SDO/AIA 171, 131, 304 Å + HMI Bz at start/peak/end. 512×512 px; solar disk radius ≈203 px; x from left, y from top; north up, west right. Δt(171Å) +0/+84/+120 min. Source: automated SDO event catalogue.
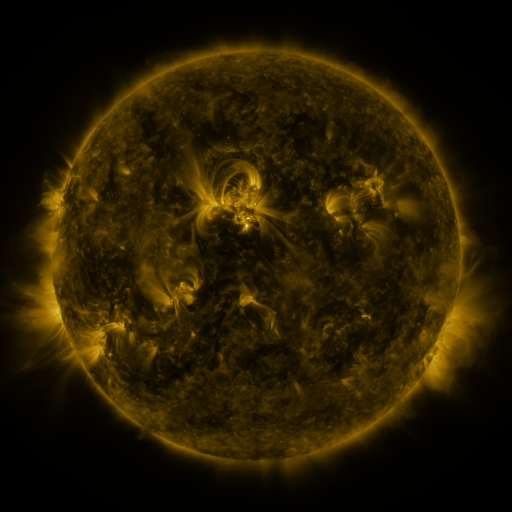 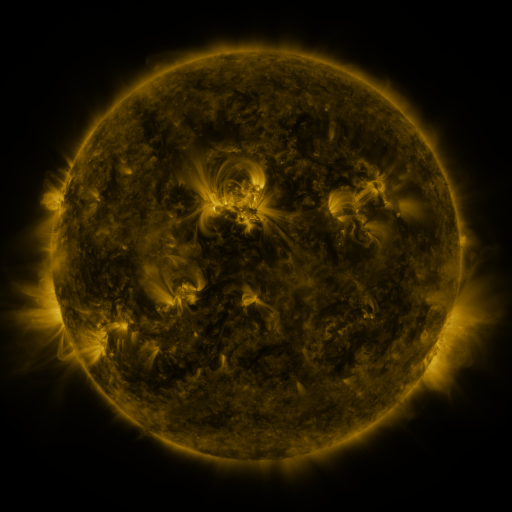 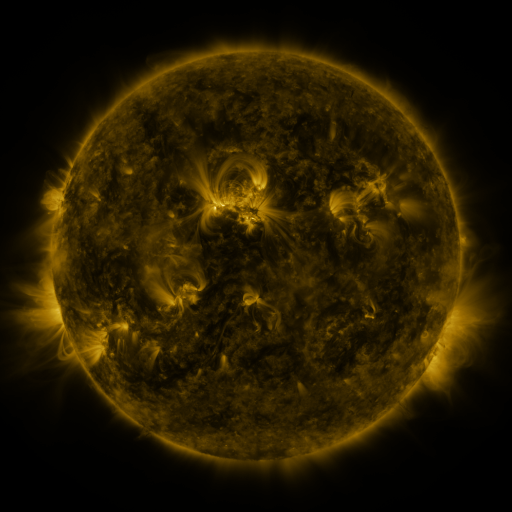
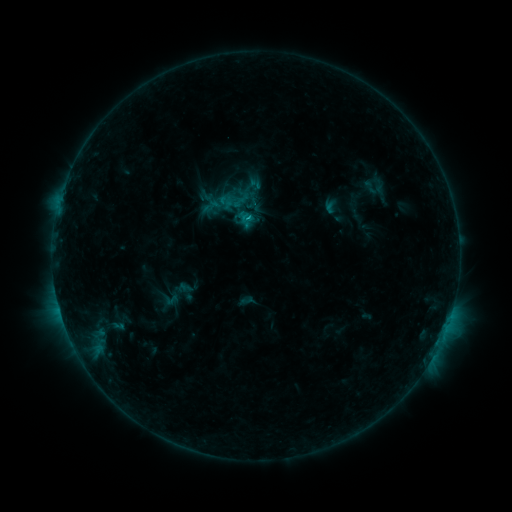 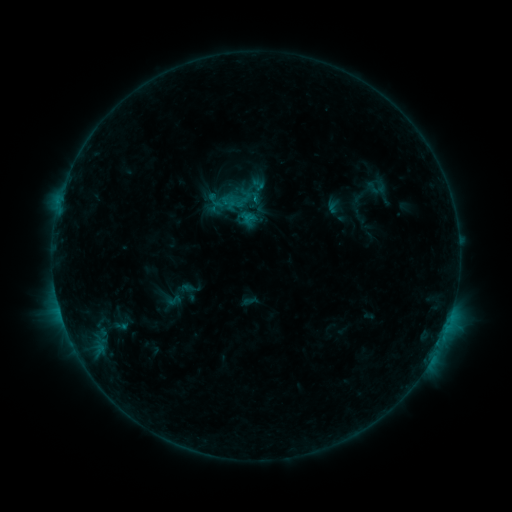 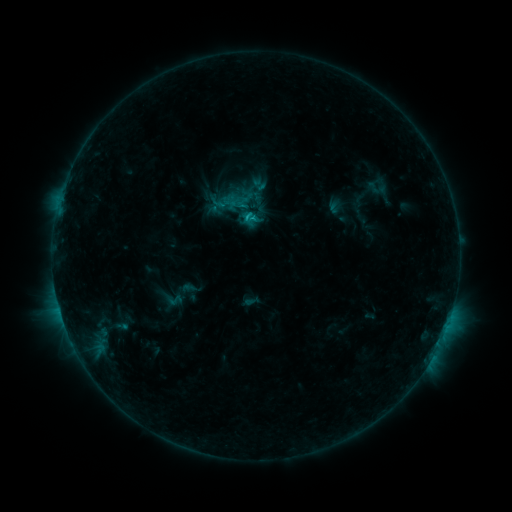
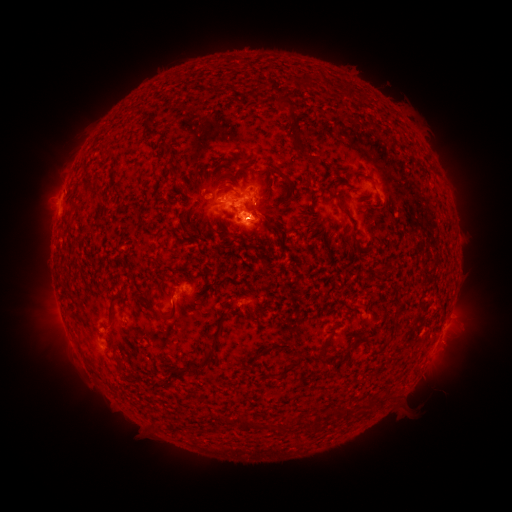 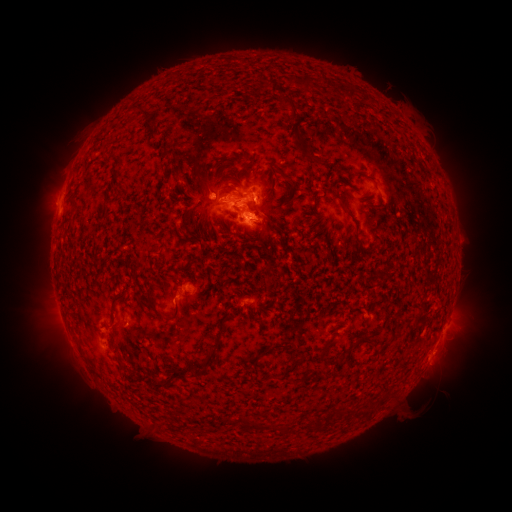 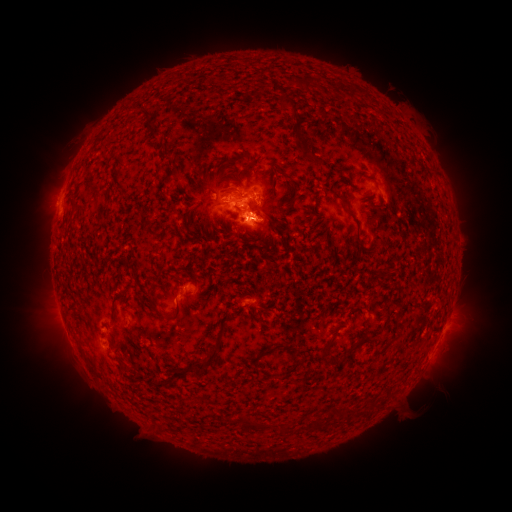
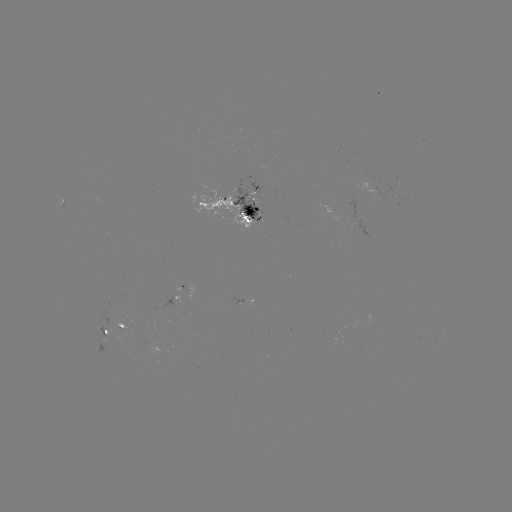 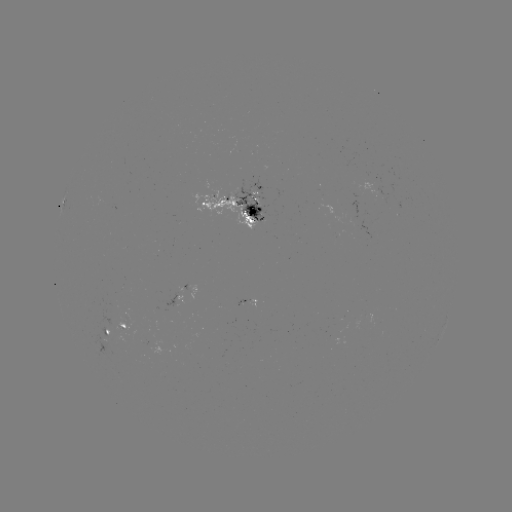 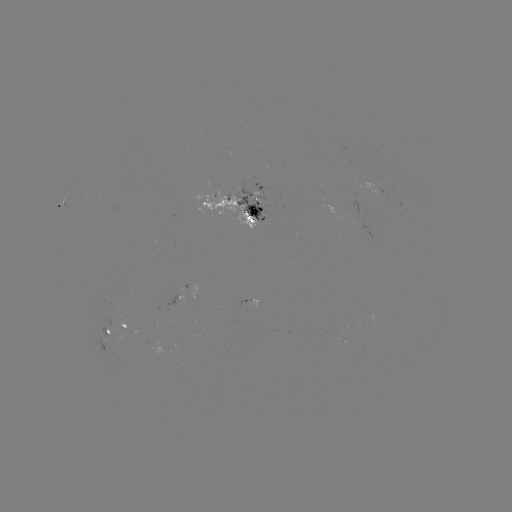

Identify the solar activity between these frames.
emerging-flux region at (129, 321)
